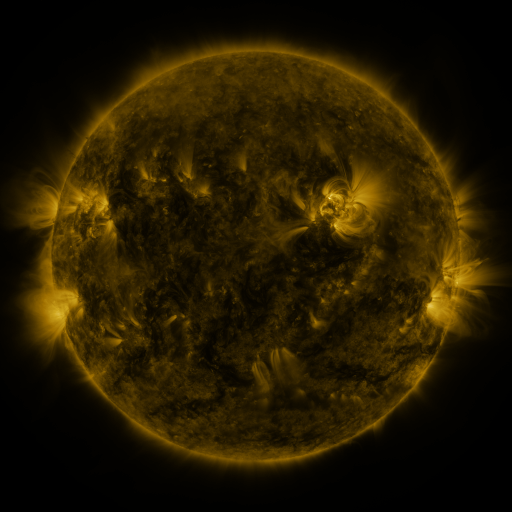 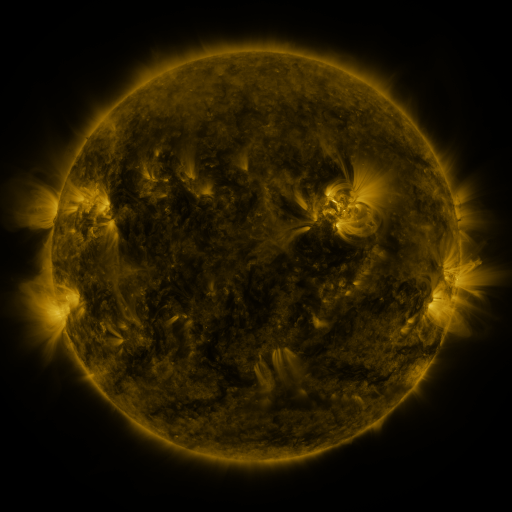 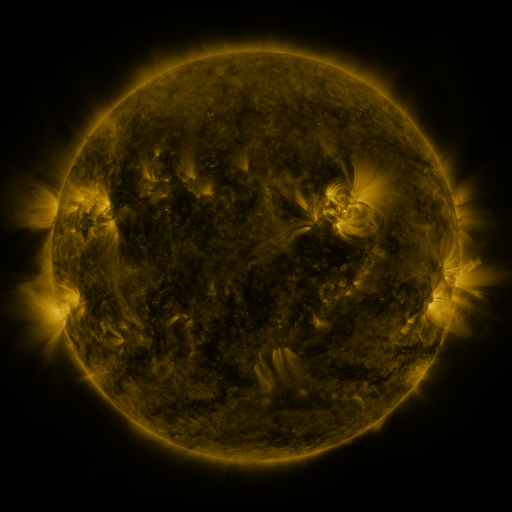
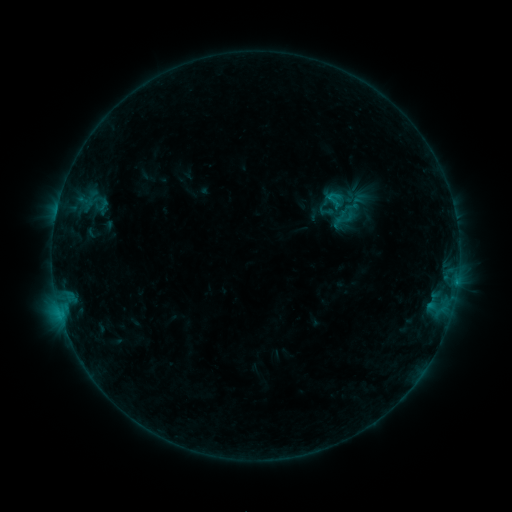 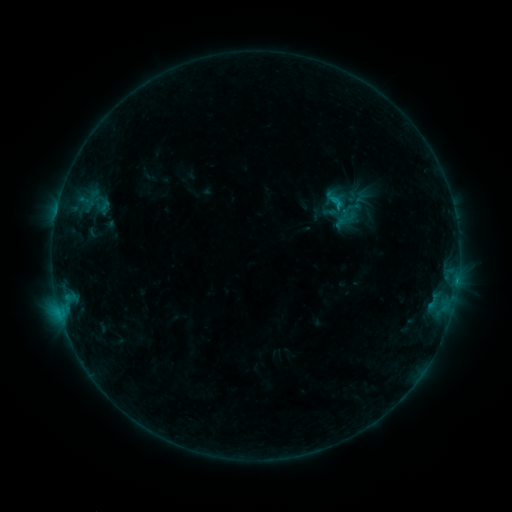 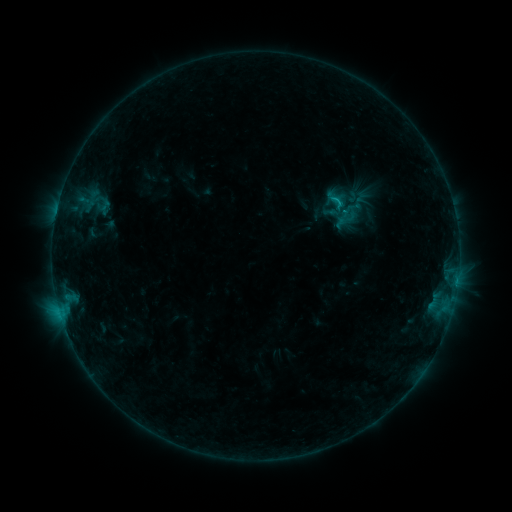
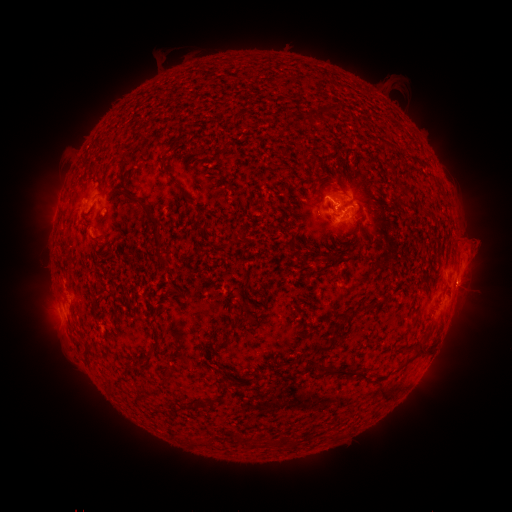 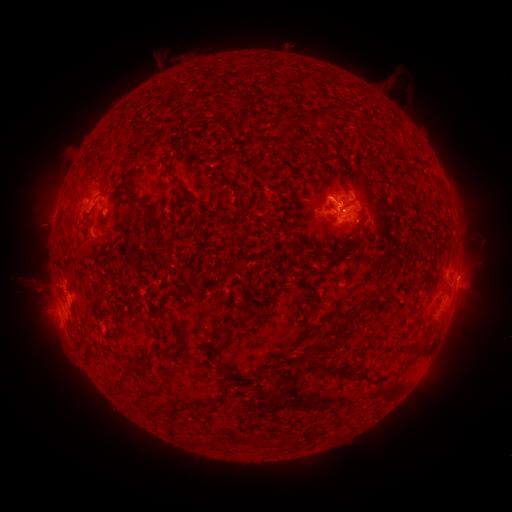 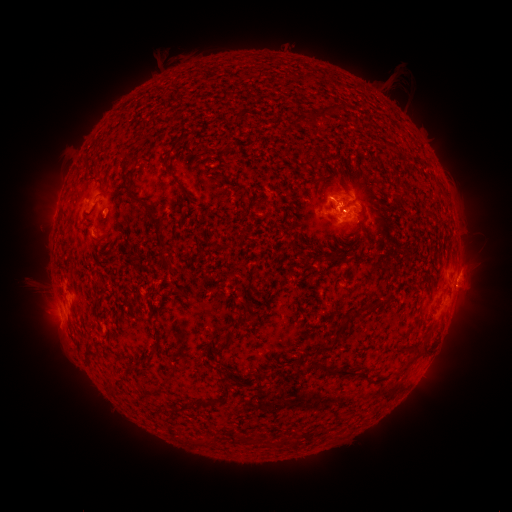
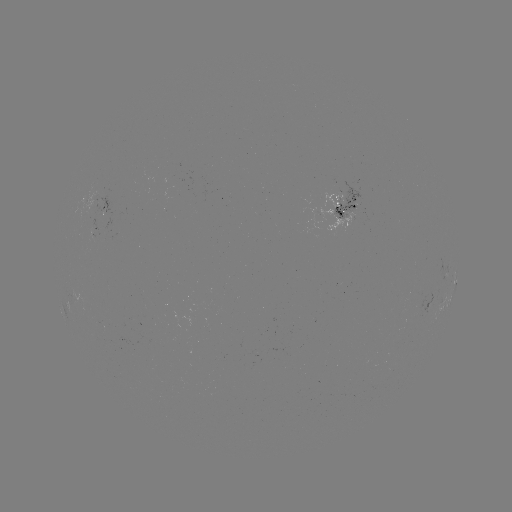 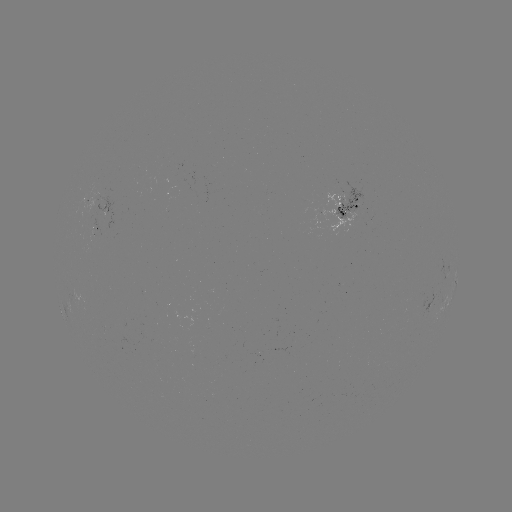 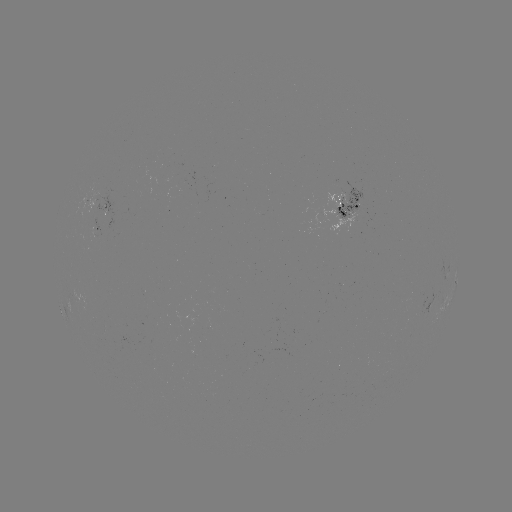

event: emerging-flux region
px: (95, 200)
